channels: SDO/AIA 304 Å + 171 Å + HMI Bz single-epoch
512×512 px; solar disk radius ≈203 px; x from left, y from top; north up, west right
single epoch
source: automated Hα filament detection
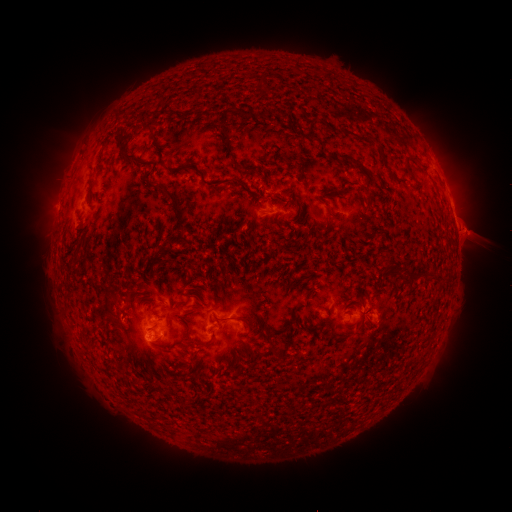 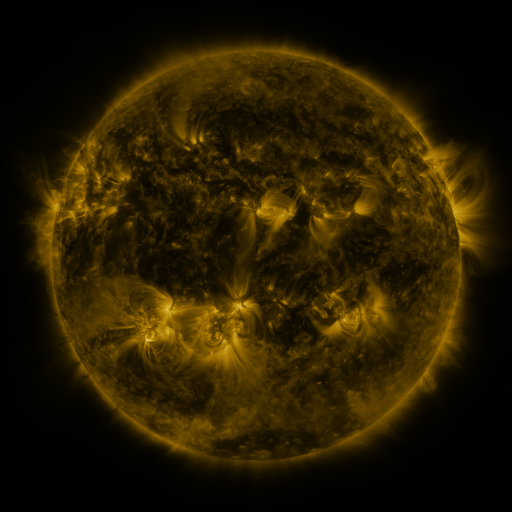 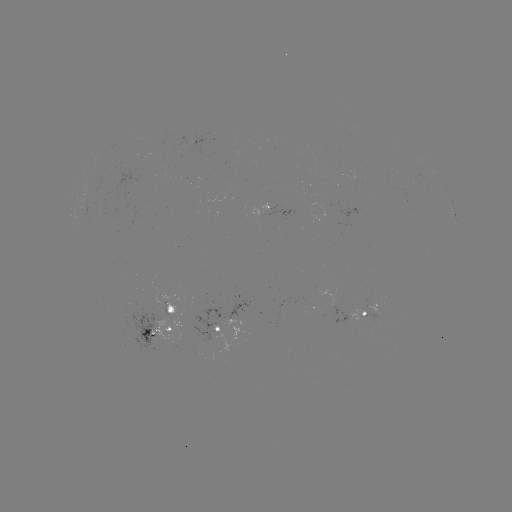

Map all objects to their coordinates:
filament: (248, 114)
filament: (149, 126)
filament: (224, 130)
filament: (314, 138)
filament: (128, 157)
filament: (409, 163)
filament: (186, 167)
filament: (402, 182)
filament: (175, 202)
filament: (121, 313)
filament: (236, 319)
